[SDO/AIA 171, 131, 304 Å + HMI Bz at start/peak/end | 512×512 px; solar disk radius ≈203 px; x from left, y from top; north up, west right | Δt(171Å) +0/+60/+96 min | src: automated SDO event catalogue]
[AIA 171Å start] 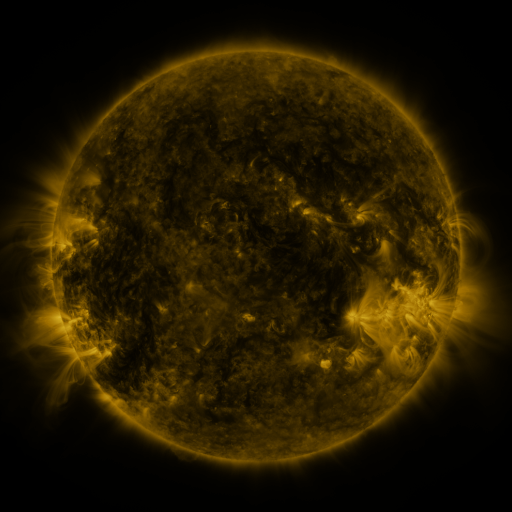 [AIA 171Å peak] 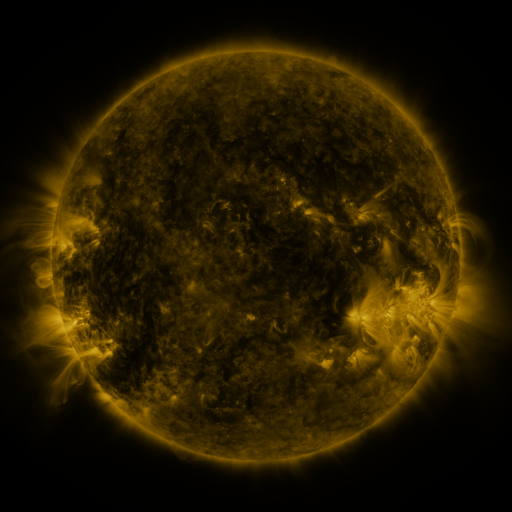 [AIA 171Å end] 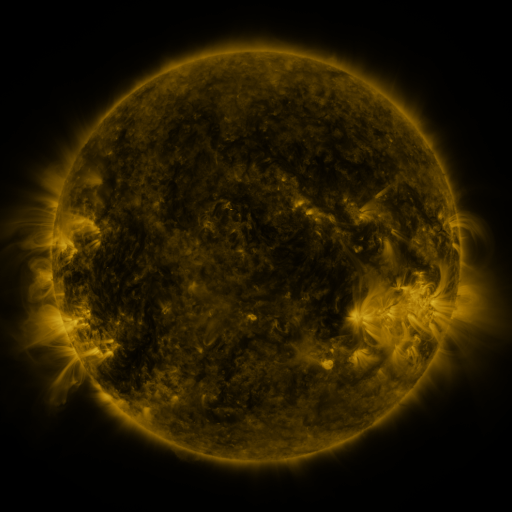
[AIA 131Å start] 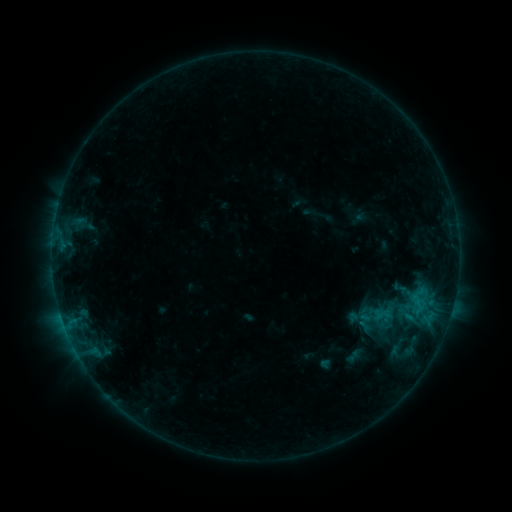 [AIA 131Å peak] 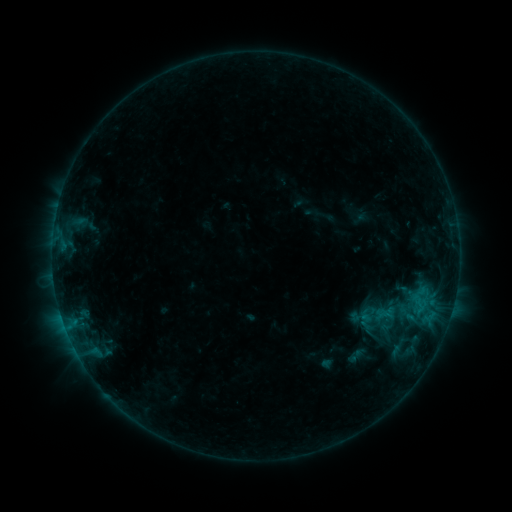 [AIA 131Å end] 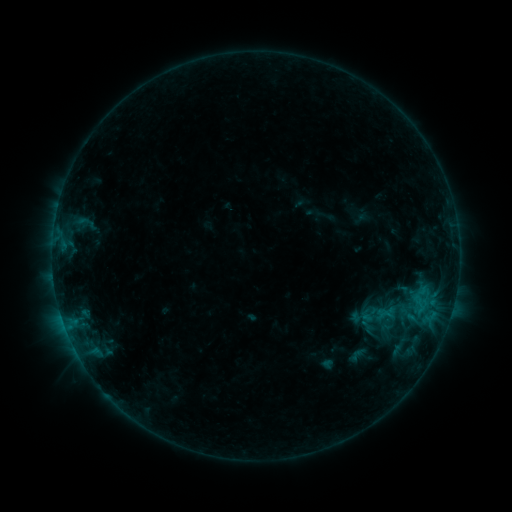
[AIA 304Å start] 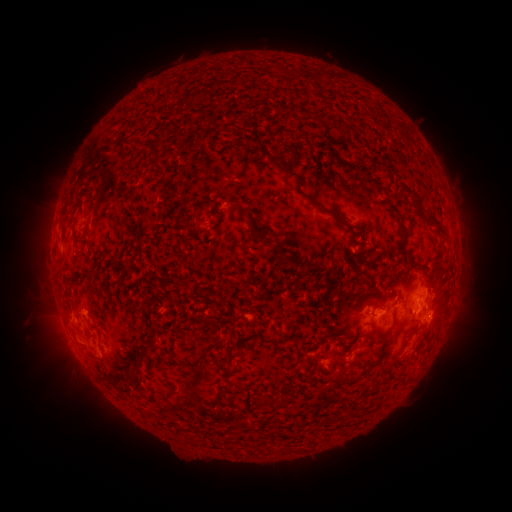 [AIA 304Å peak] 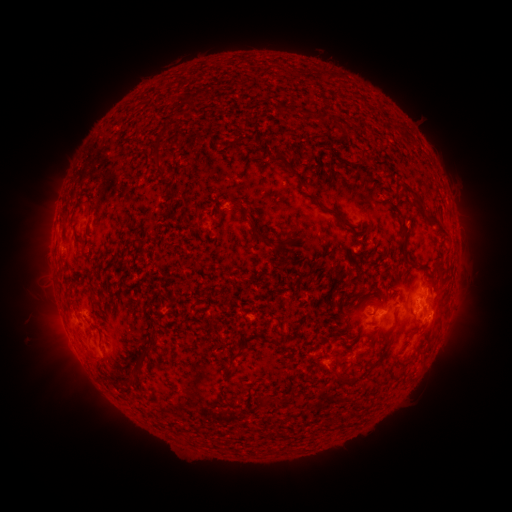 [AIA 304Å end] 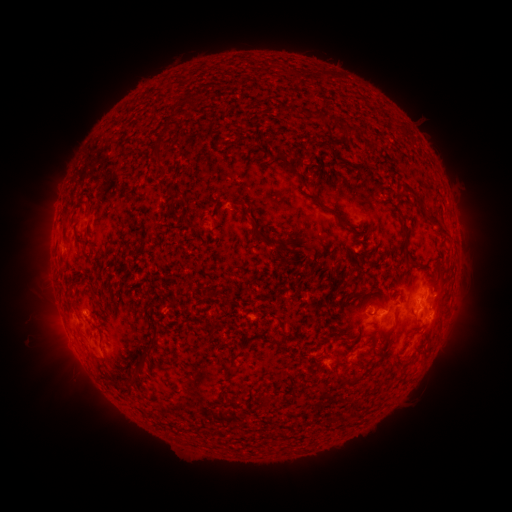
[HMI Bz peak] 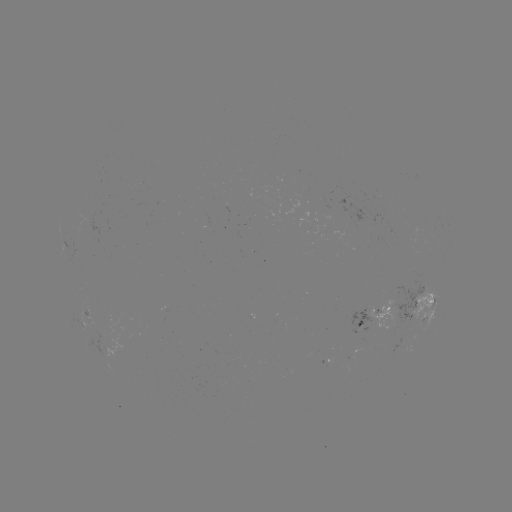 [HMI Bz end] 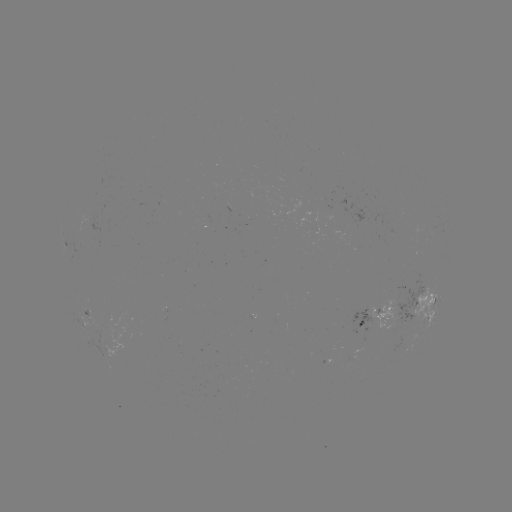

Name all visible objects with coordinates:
emerging-flux region: (358, 346)
